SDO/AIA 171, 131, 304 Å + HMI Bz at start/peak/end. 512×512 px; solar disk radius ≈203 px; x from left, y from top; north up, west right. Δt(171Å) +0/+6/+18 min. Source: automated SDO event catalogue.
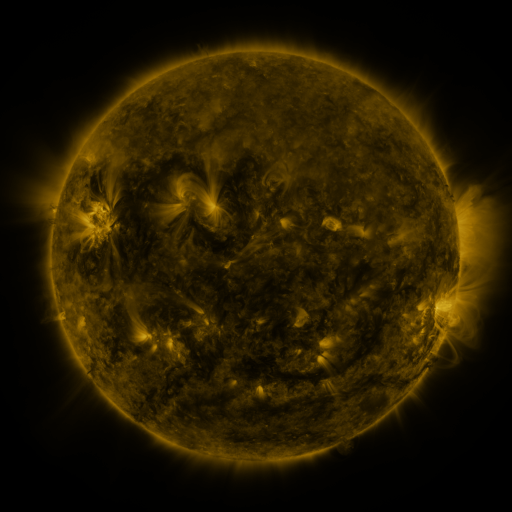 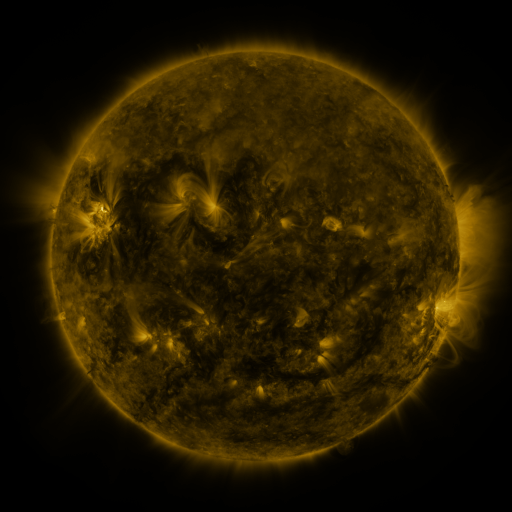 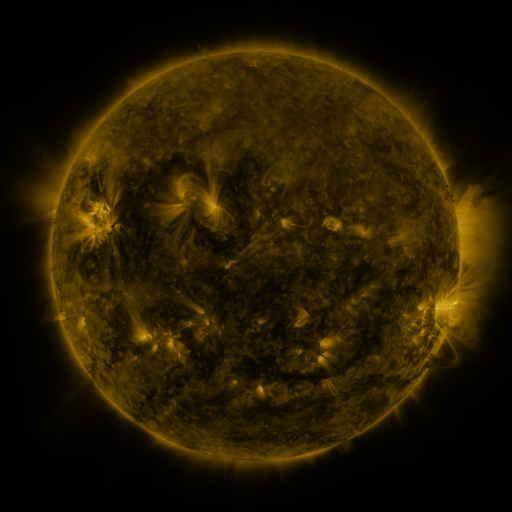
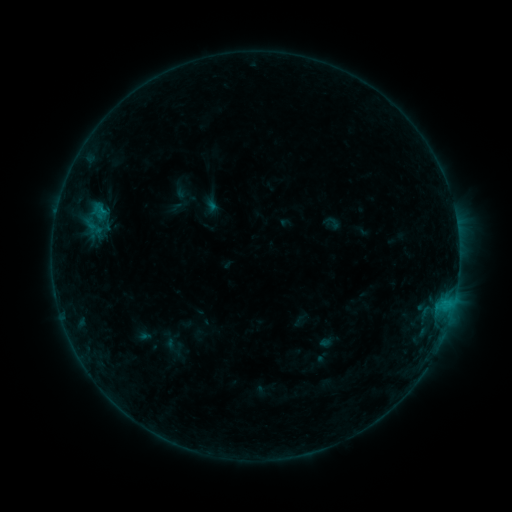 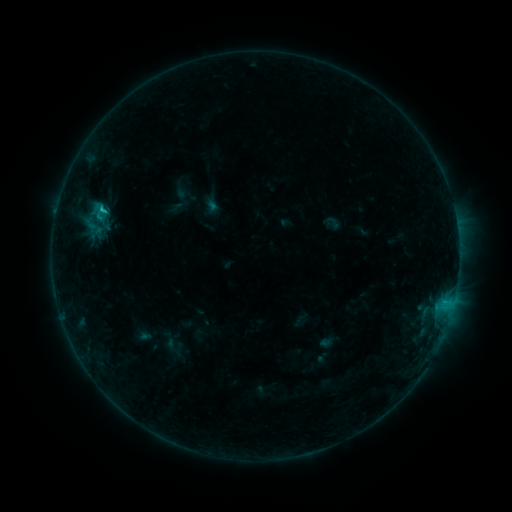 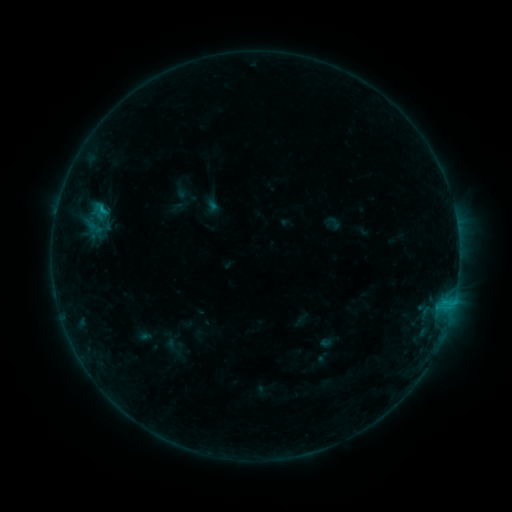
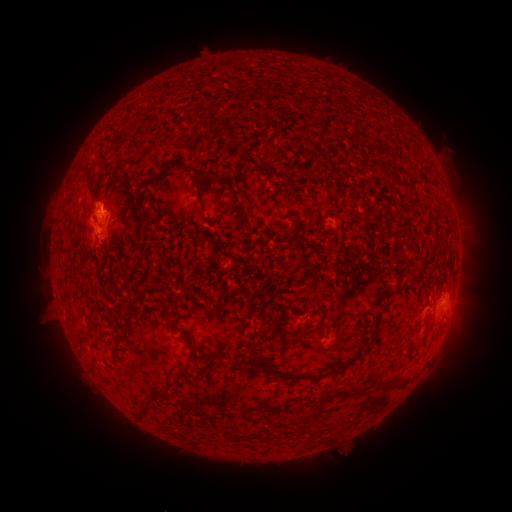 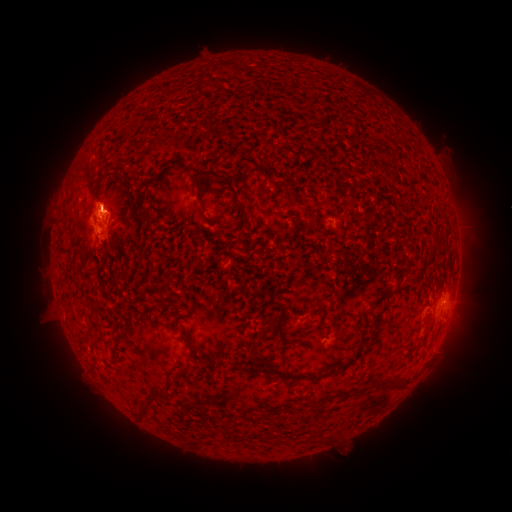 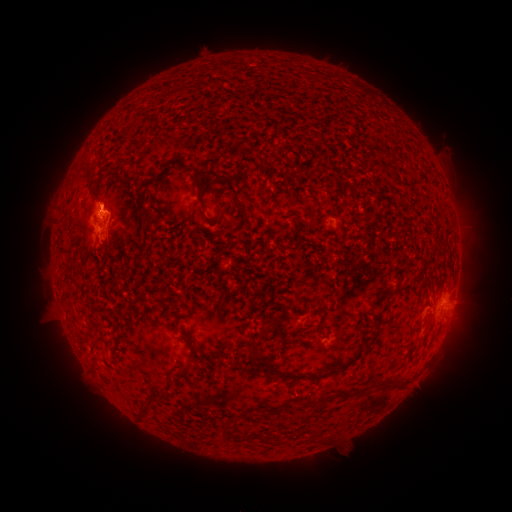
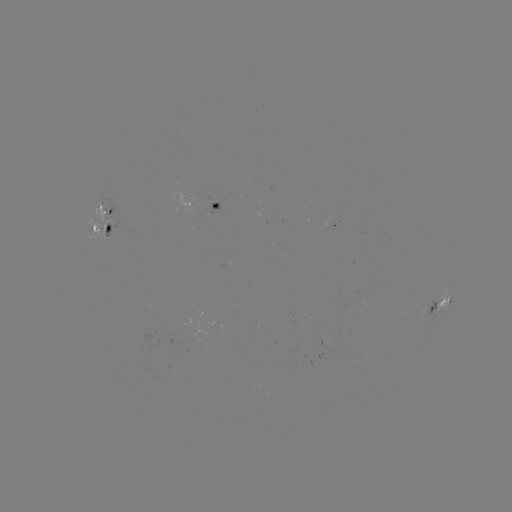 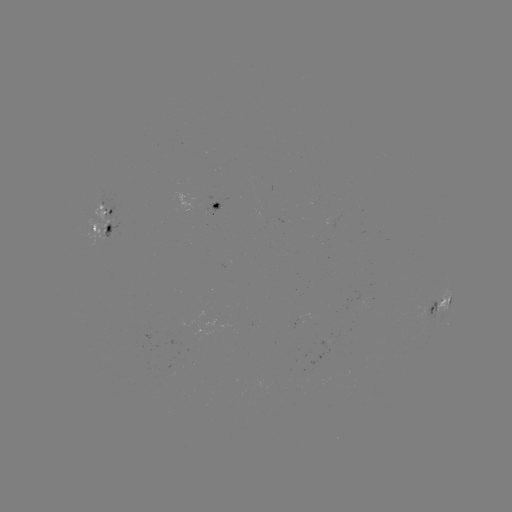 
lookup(C1.0 flare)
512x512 [103, 212]